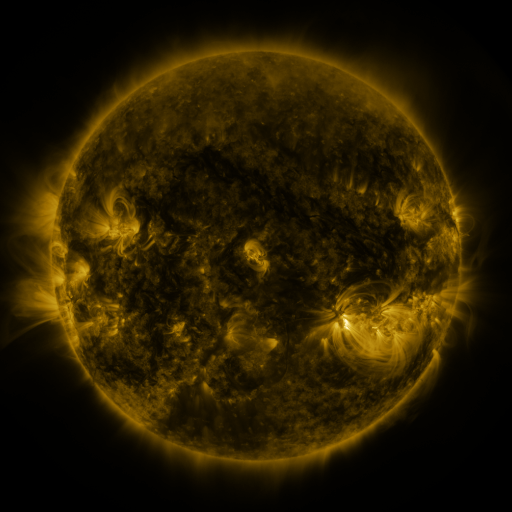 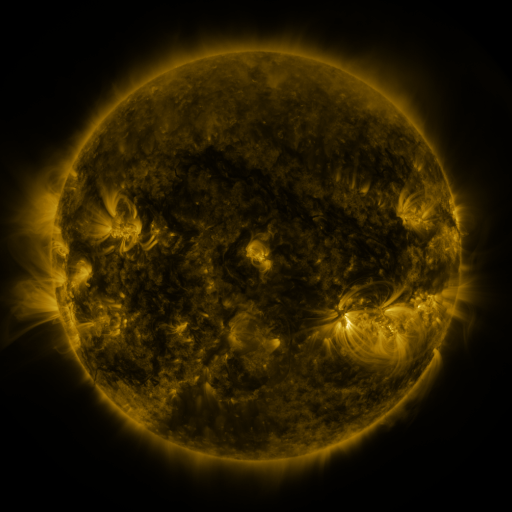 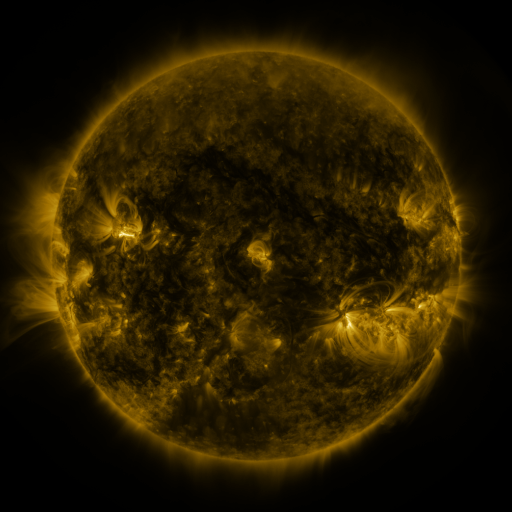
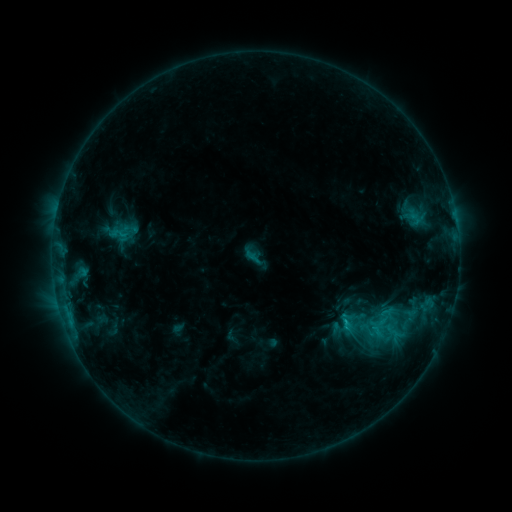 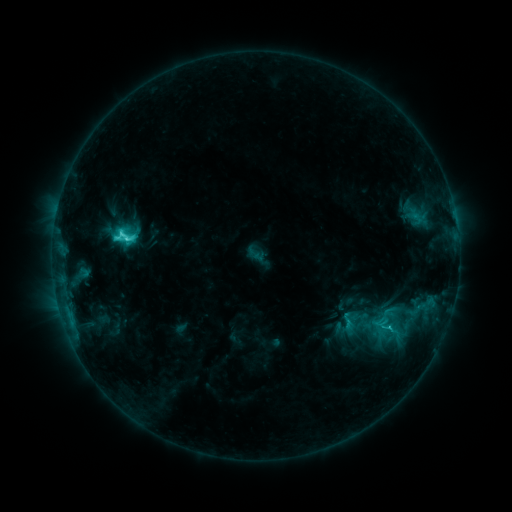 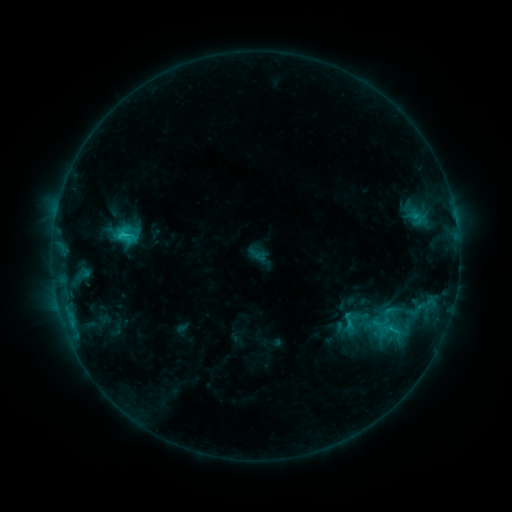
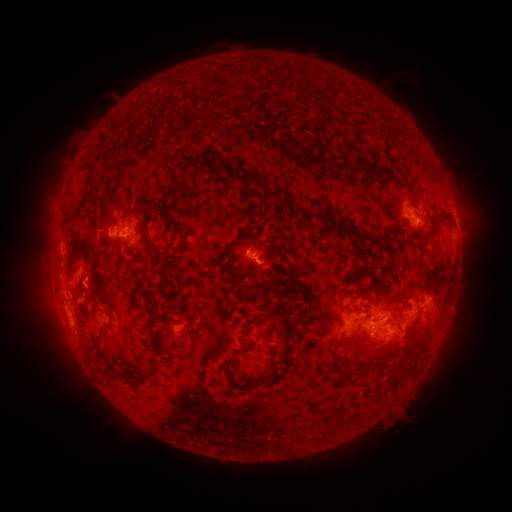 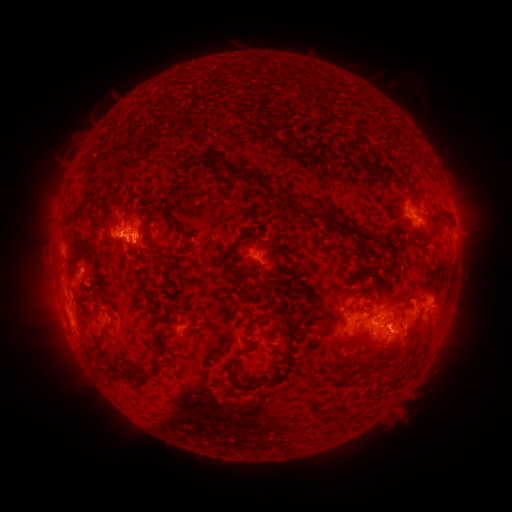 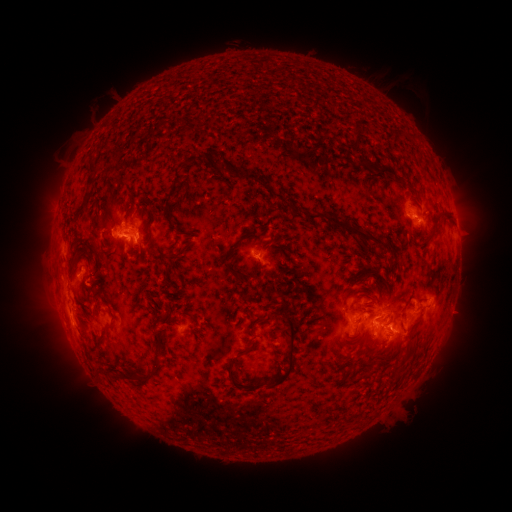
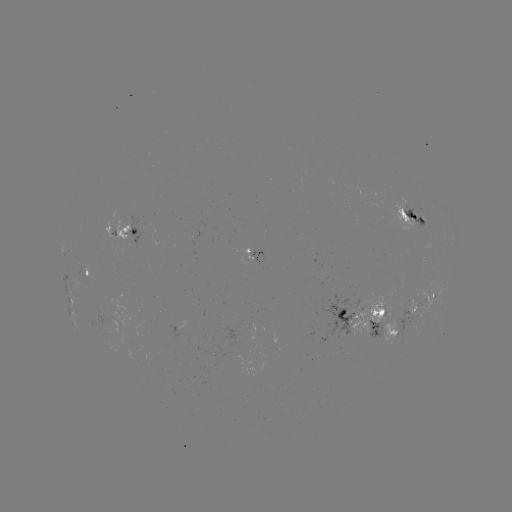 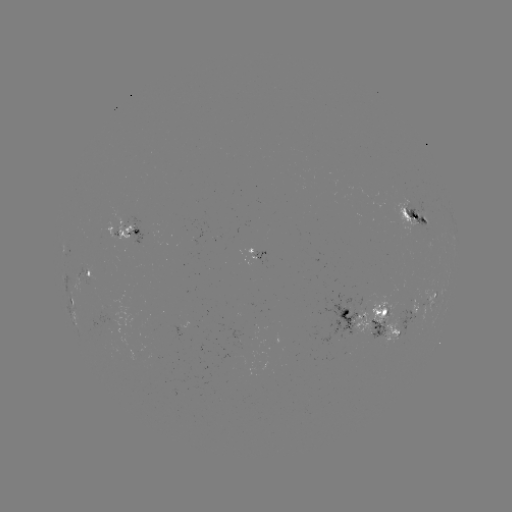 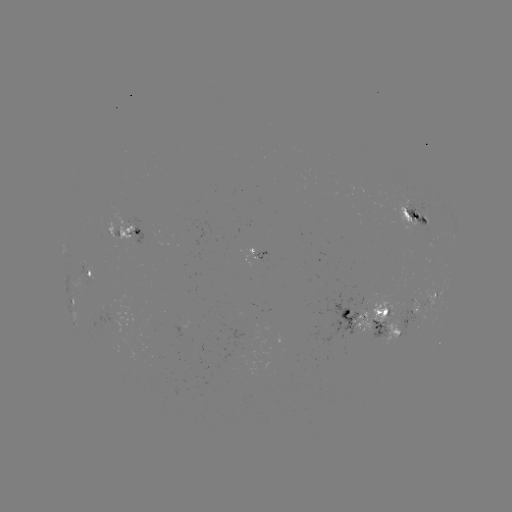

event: emerging-flux region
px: (382, 313)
